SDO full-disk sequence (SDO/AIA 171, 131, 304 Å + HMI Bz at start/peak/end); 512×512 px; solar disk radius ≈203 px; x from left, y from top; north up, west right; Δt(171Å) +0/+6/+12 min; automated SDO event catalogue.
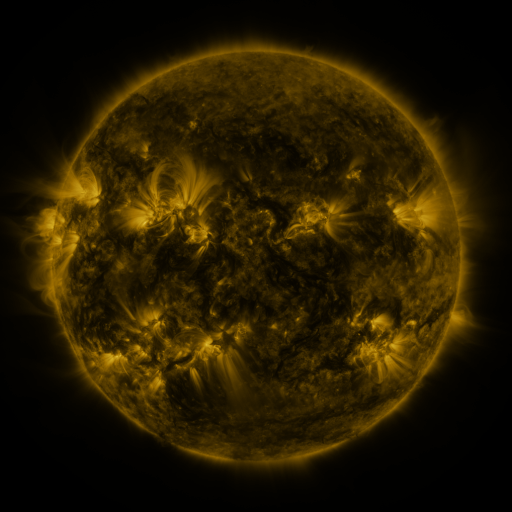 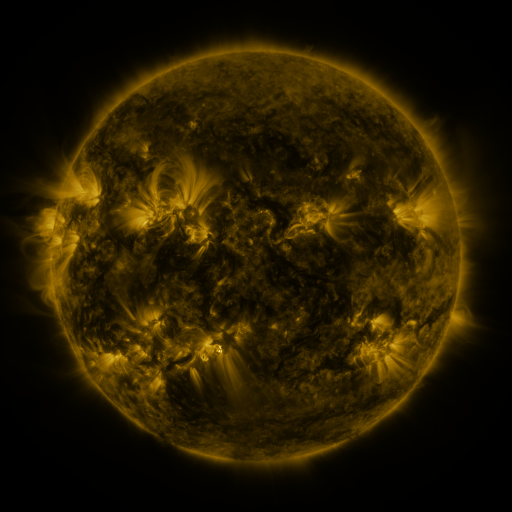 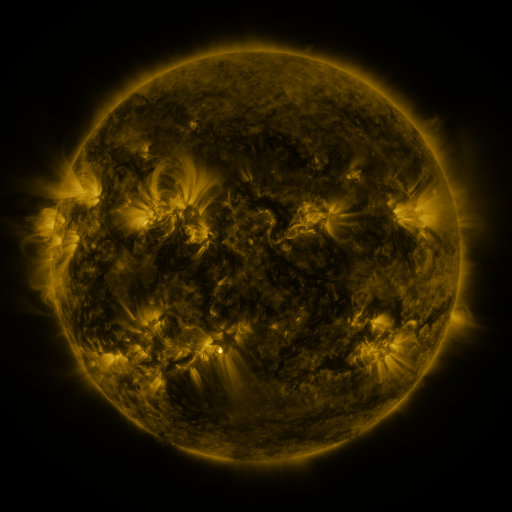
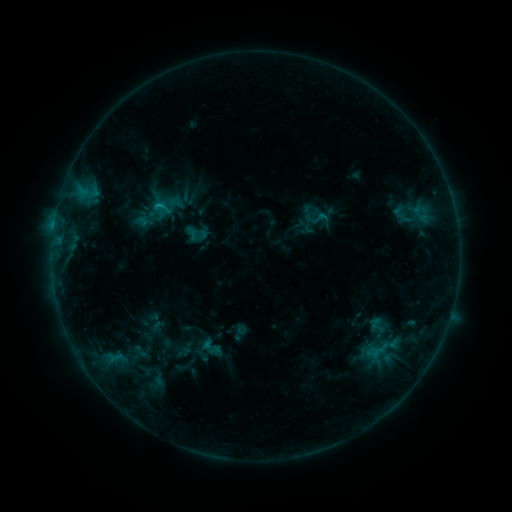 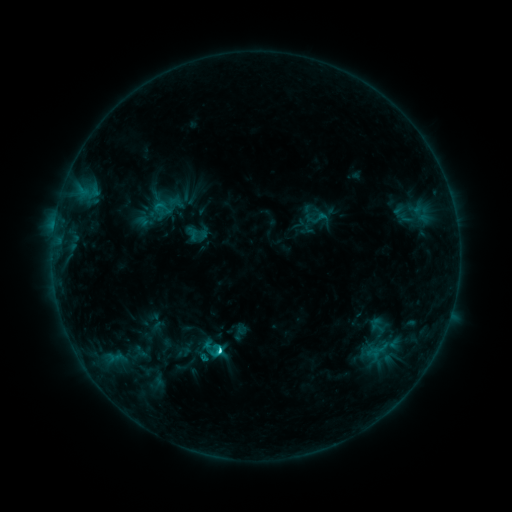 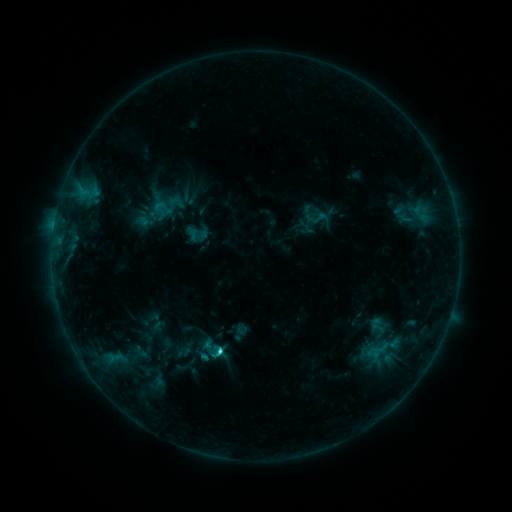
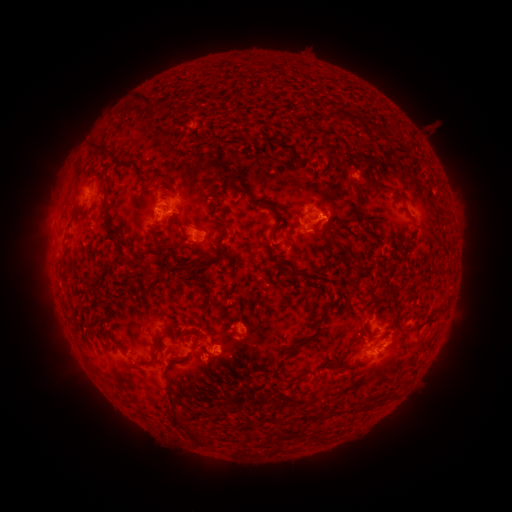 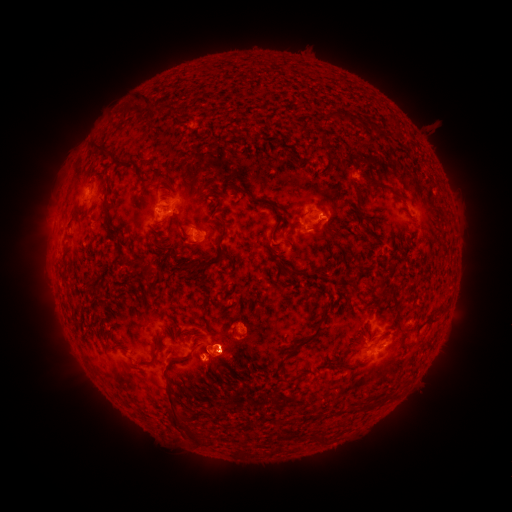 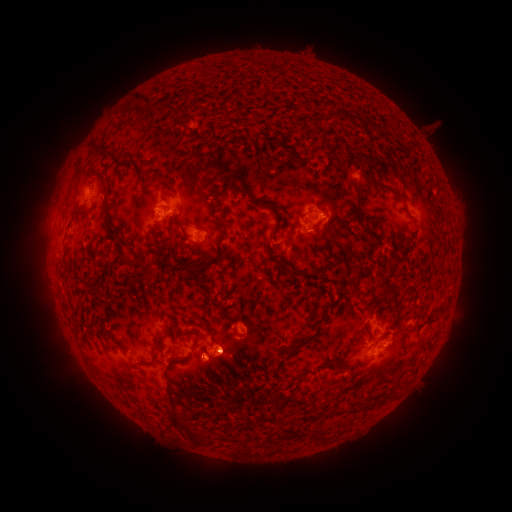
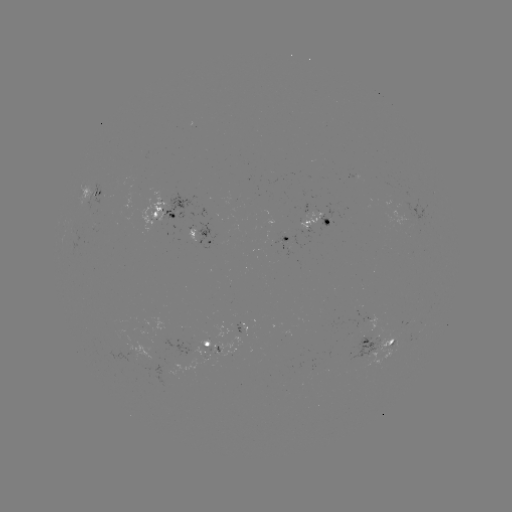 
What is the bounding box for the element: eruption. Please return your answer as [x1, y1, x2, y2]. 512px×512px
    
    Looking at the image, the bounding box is [169, 294, 257, 410].